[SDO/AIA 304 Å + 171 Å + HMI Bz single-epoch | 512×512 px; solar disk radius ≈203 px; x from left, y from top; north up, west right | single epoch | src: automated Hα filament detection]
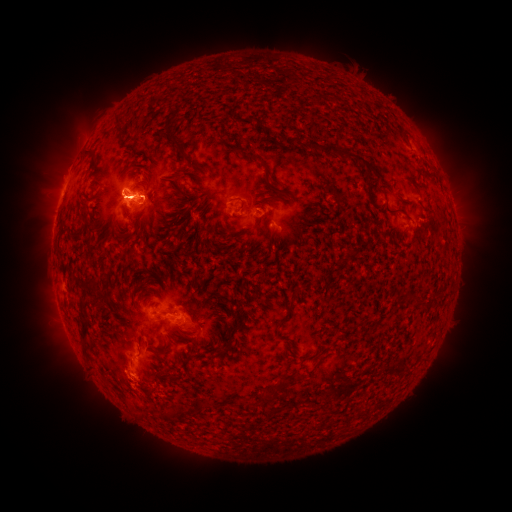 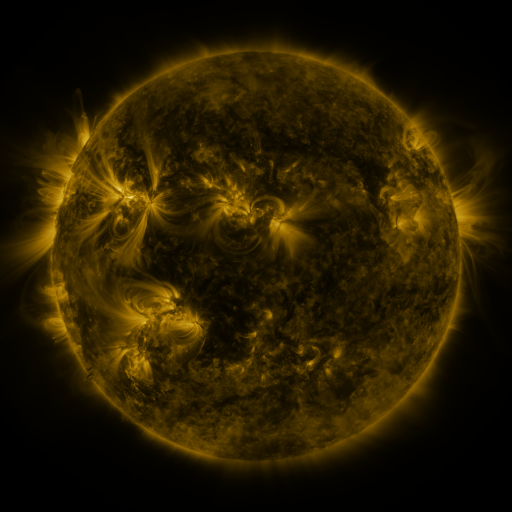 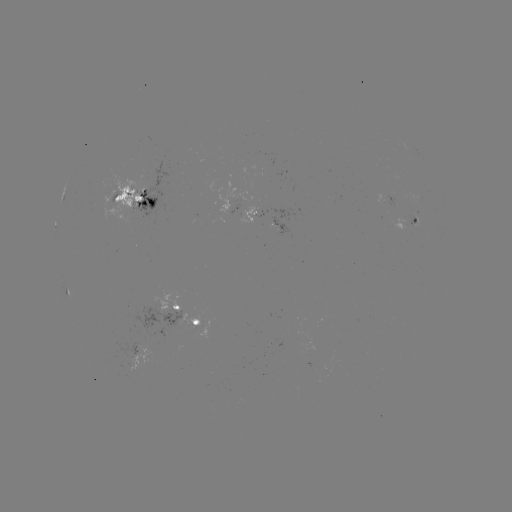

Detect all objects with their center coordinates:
filament: <bbox>168, 133, 182, 150</bbox>
filament: <bbox>288, 137, 316, 149</bbox>
filament: <bbox>320, 145, 366, 164</bbox>
filament: <bbox>242, 151, 270, 170</bbox>
filament: <bbox>266, 181, 287, 196</bbox>
filament: <bbox>112, 193, 126, 204</bbox>
filament: <bbox>385, 207, 404, 215</bbox>
filament: <bbox>394, 294, 406, 304</bbox>
filament: <bbox>171, 303, 183, 311</bbox>
filament: <bbox>274, 320, 284, 328</bbox>
filament: <bbox>78, 329, 86, 340</bbox>
filament: <bbox>275, 378, 284, 388</bbox>
